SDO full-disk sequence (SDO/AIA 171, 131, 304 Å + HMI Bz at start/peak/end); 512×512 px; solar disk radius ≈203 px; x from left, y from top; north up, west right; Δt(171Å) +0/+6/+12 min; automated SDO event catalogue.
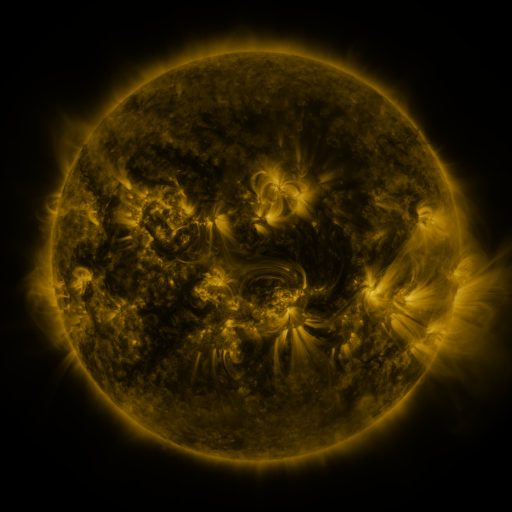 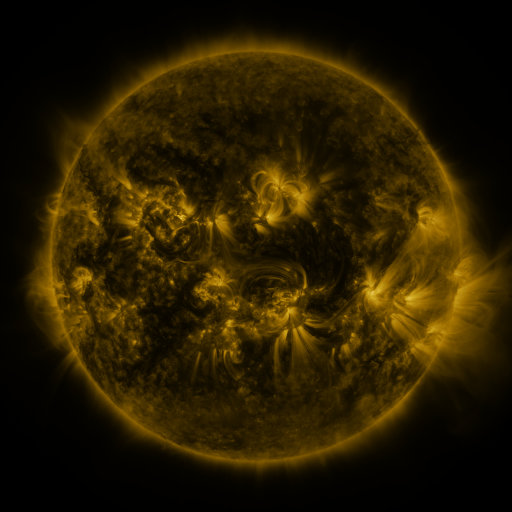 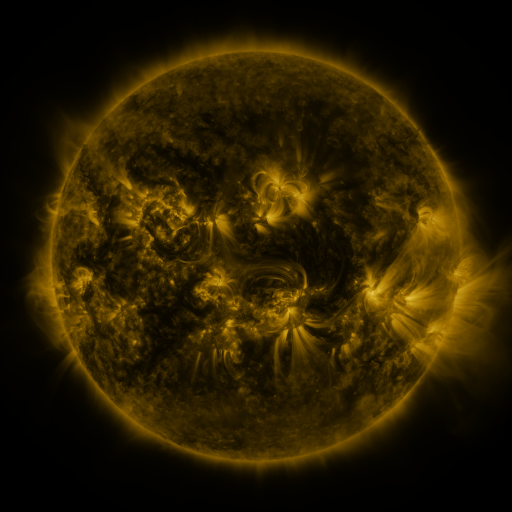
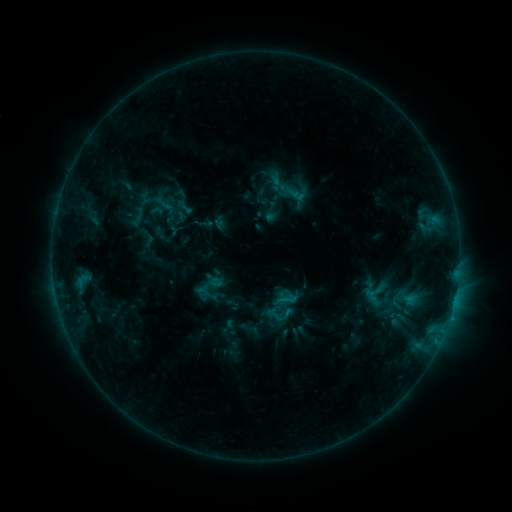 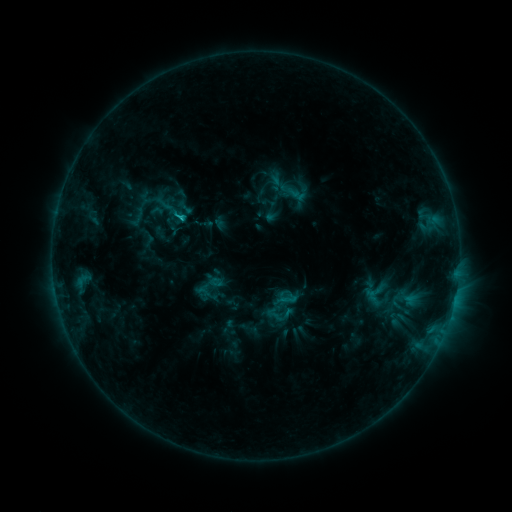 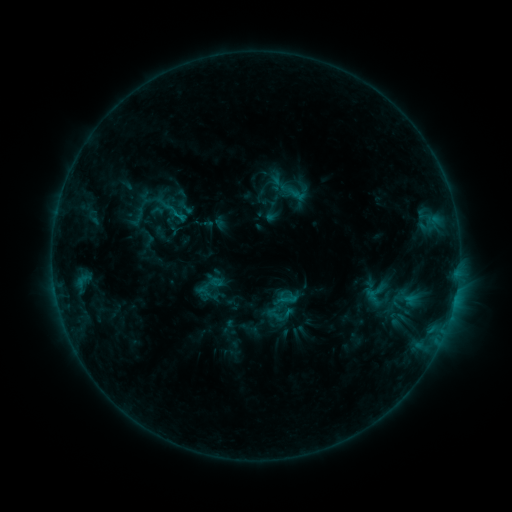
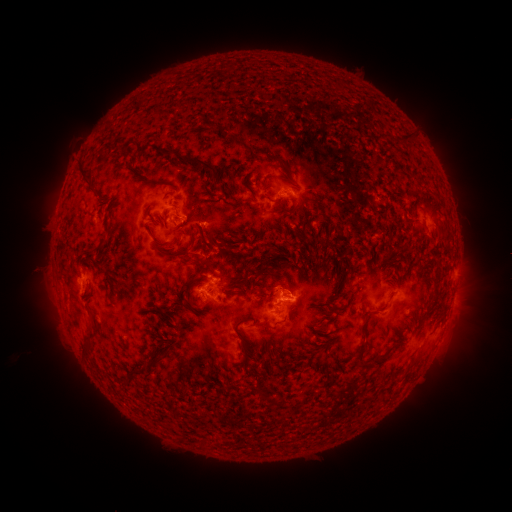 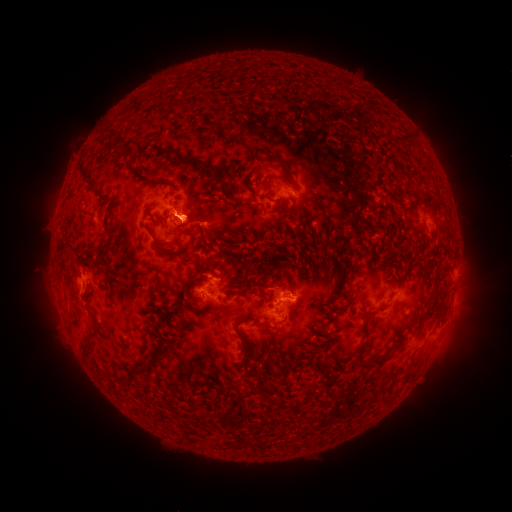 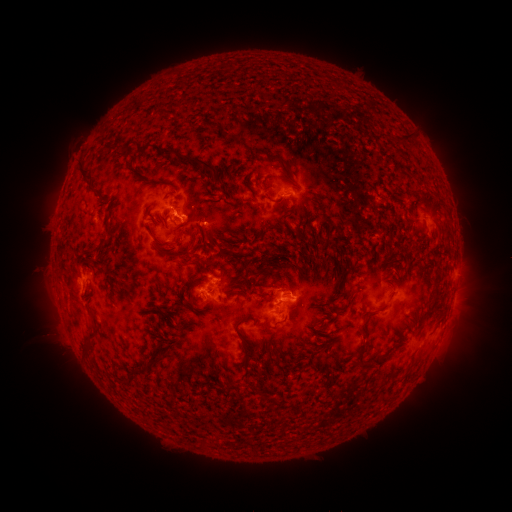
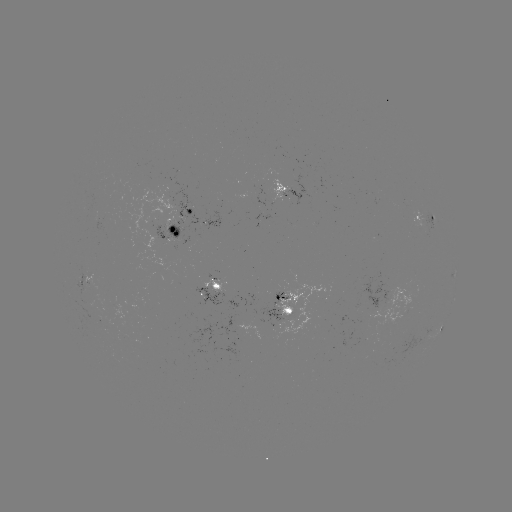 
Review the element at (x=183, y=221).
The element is C1.2 flare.